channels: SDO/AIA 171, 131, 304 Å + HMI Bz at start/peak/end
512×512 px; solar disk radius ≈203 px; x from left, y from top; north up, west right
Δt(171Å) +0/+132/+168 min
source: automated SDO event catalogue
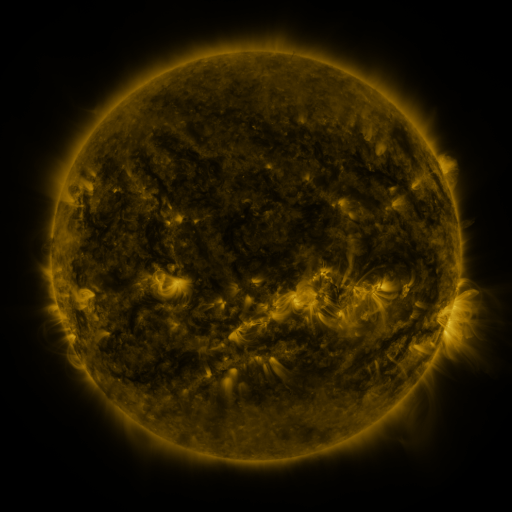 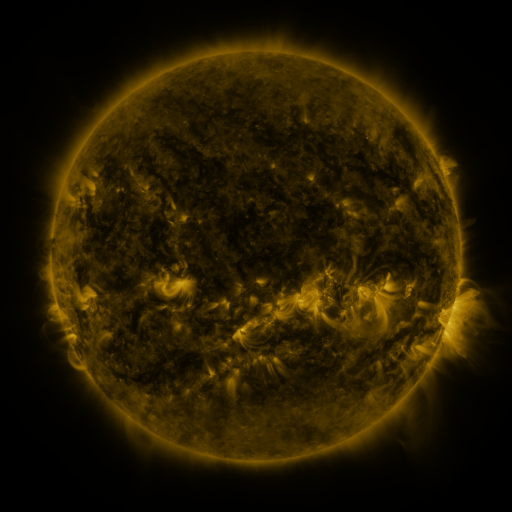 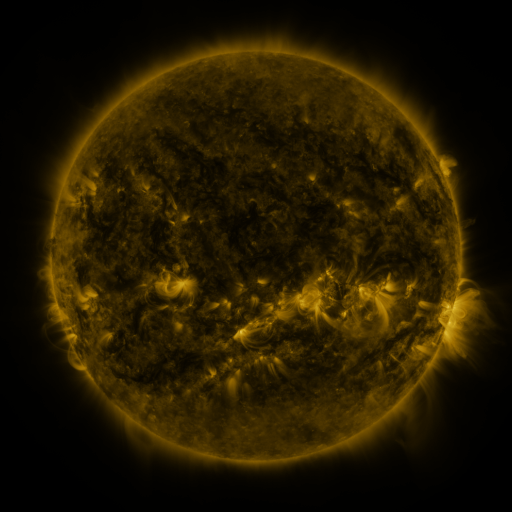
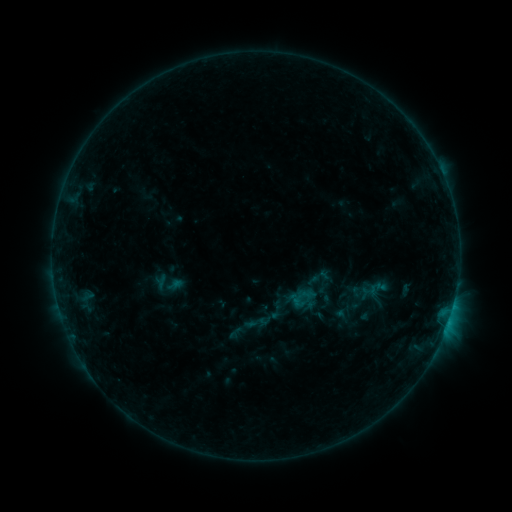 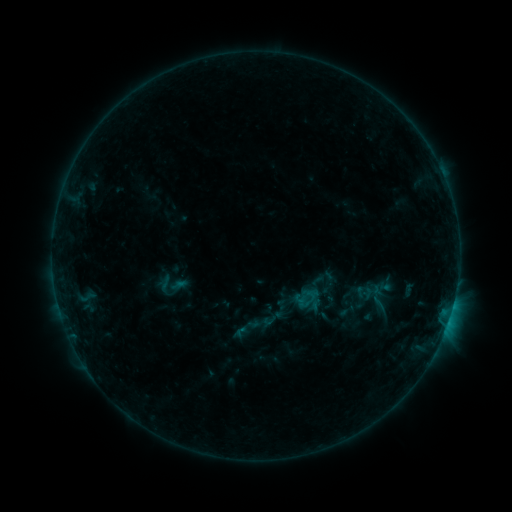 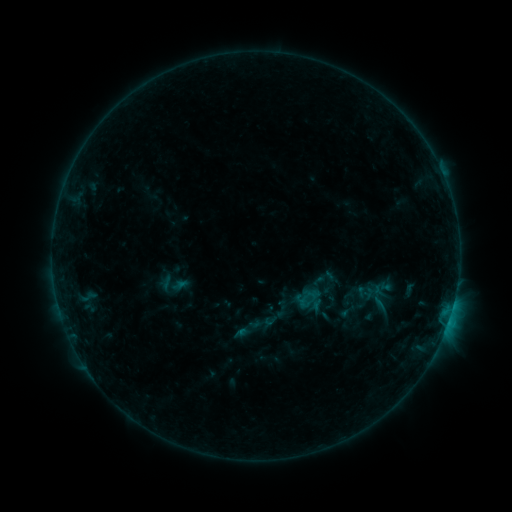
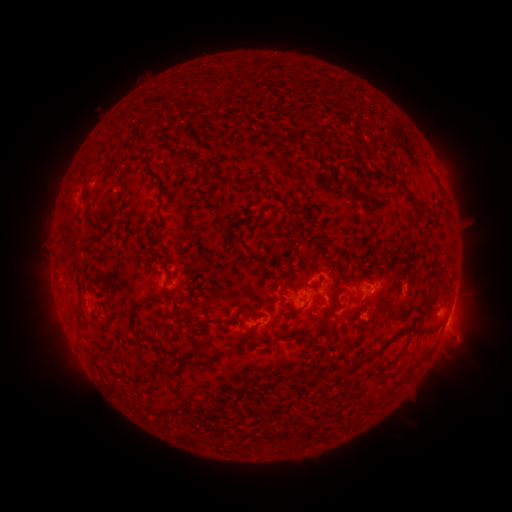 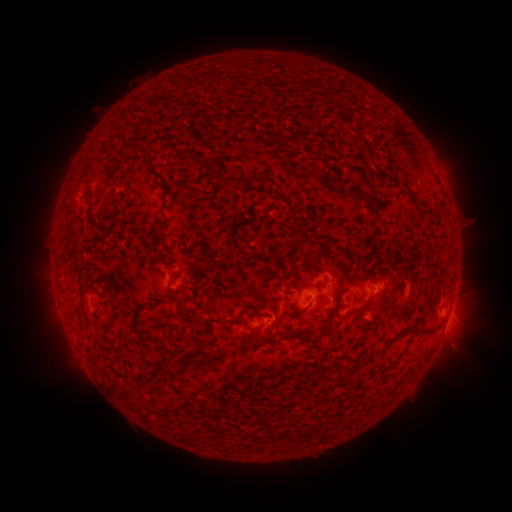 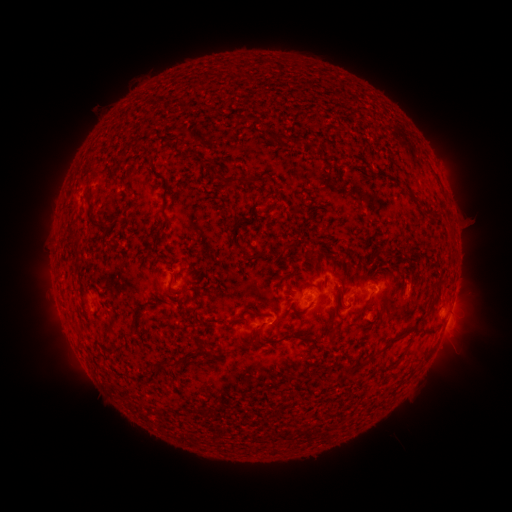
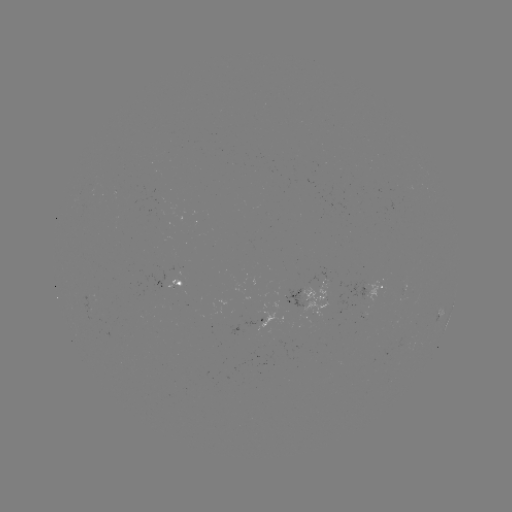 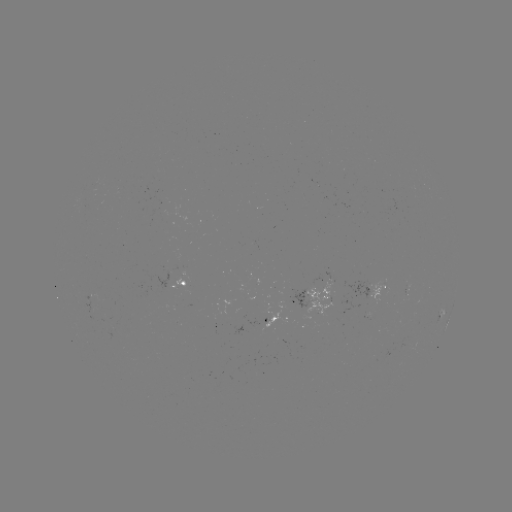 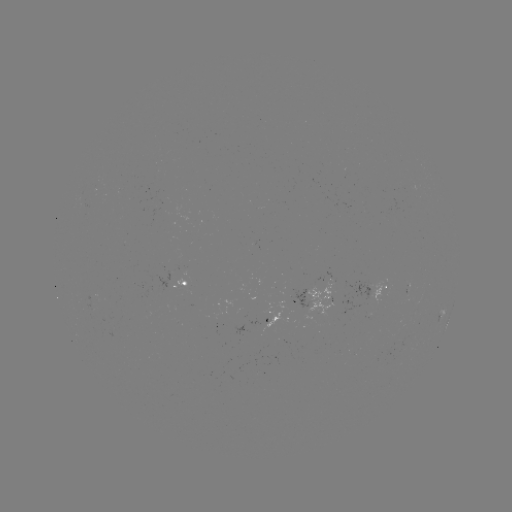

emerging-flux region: <bbox>250, 301, 286, 332</bbox>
